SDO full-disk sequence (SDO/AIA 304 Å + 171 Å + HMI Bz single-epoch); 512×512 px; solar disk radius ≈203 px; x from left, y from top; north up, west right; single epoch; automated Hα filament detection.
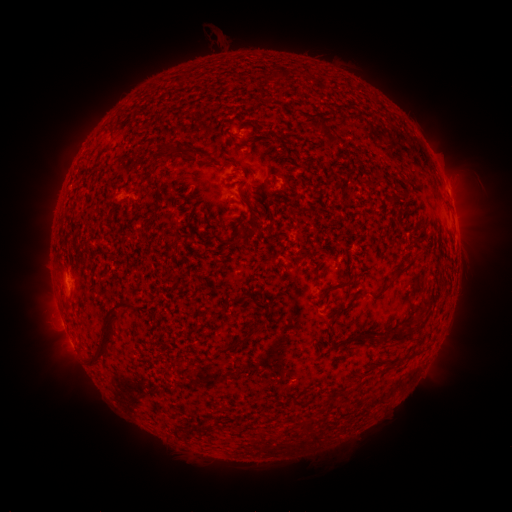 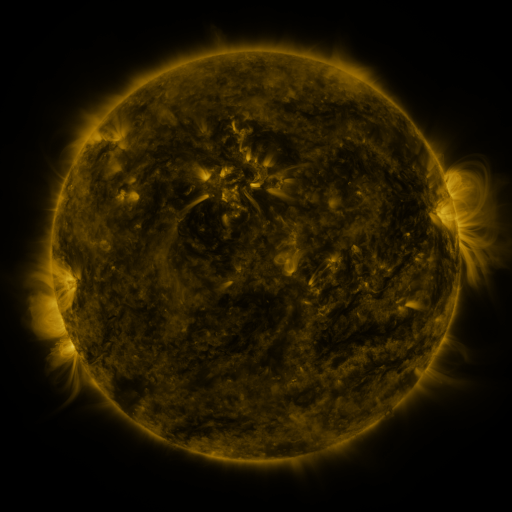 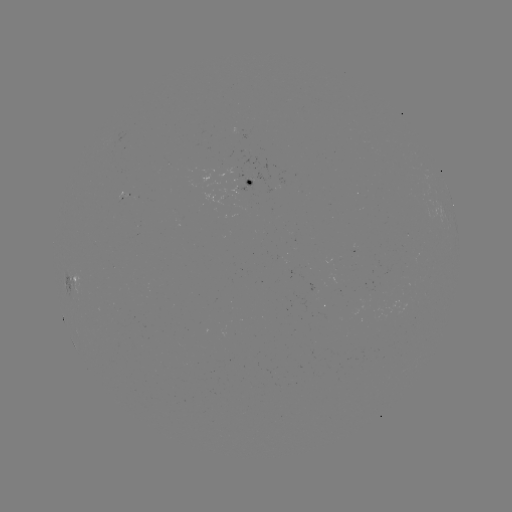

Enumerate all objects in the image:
filament: (320, 125)
filament: (328, 134)
filament: (167, 151)
filament: (247, 204)
filament: (404, 271)
filament: (338, 287)
filament: (360, 295)
filament: (234, 299)
filament: (108, 328)
filament: (357, 336)
filament: (398, 336)
filament: (232, 346)
